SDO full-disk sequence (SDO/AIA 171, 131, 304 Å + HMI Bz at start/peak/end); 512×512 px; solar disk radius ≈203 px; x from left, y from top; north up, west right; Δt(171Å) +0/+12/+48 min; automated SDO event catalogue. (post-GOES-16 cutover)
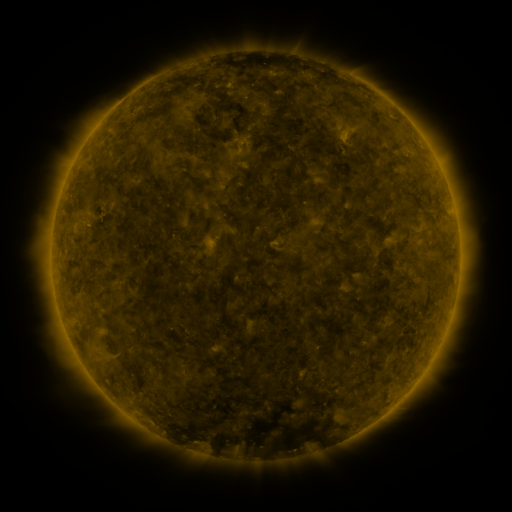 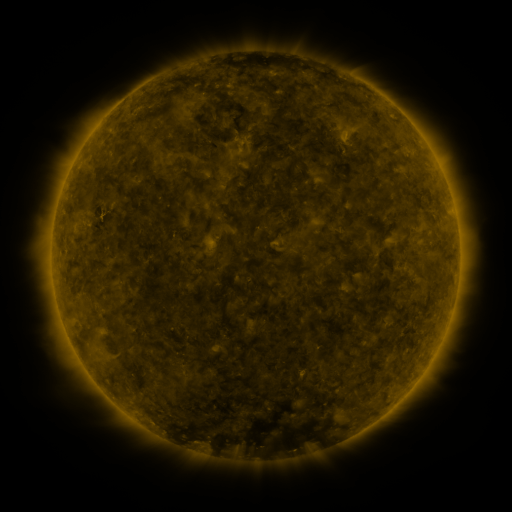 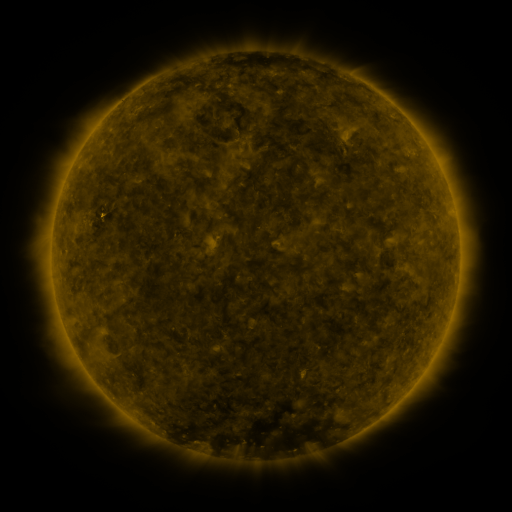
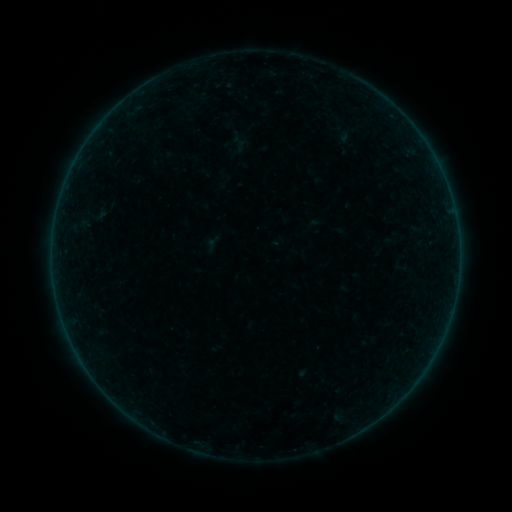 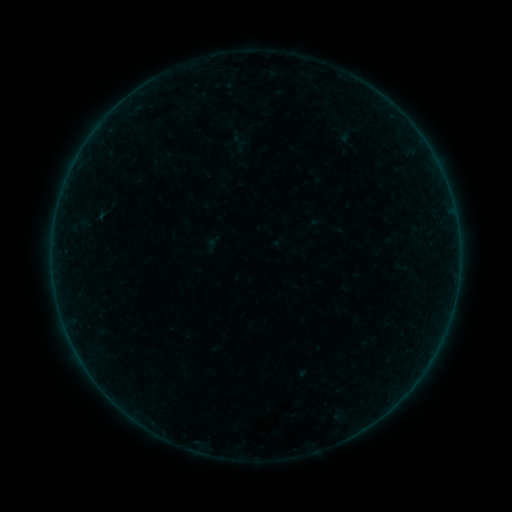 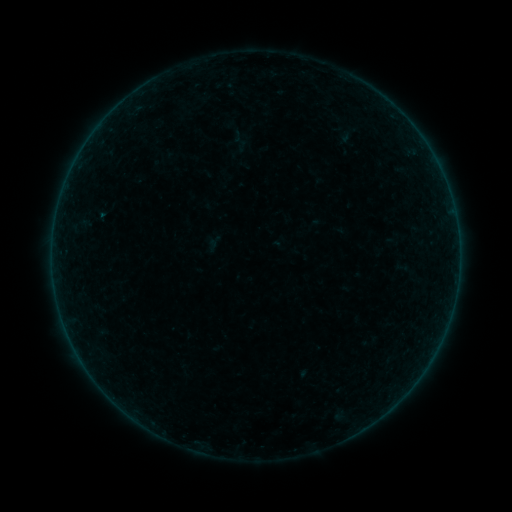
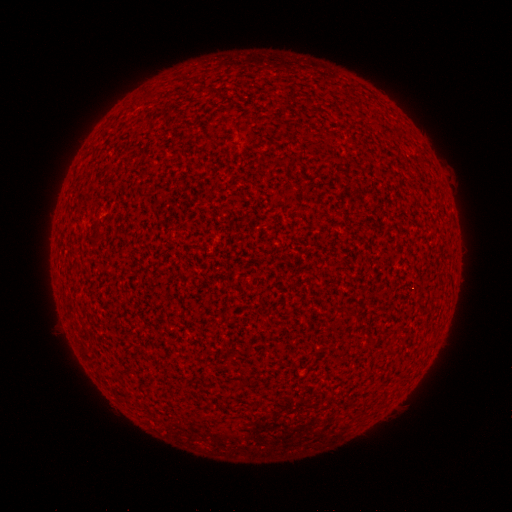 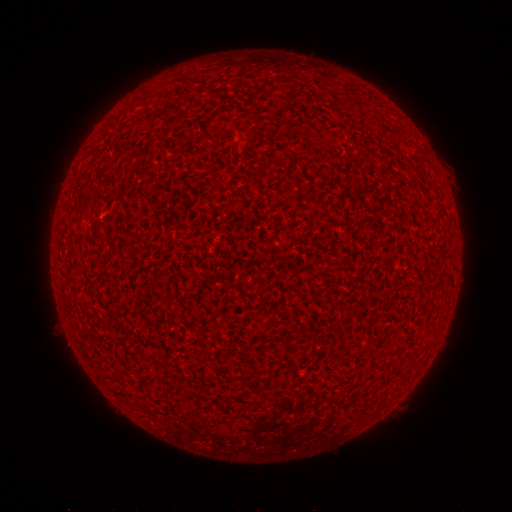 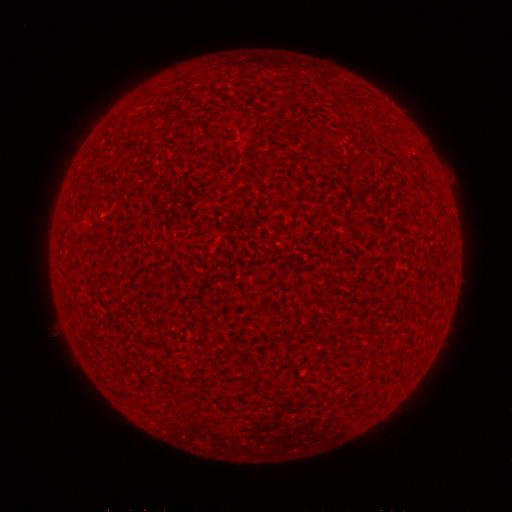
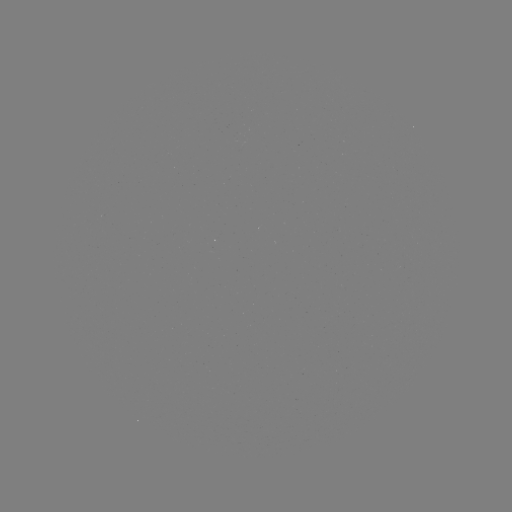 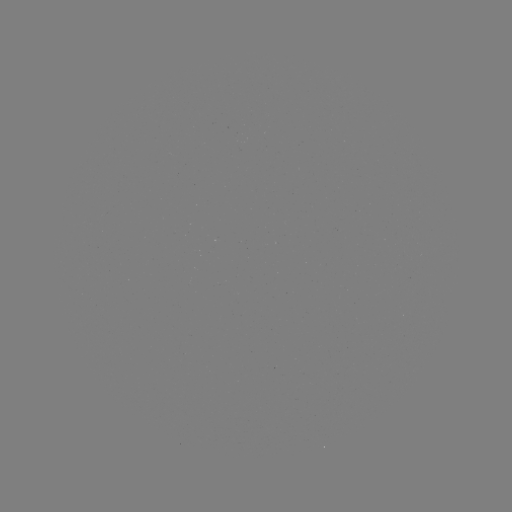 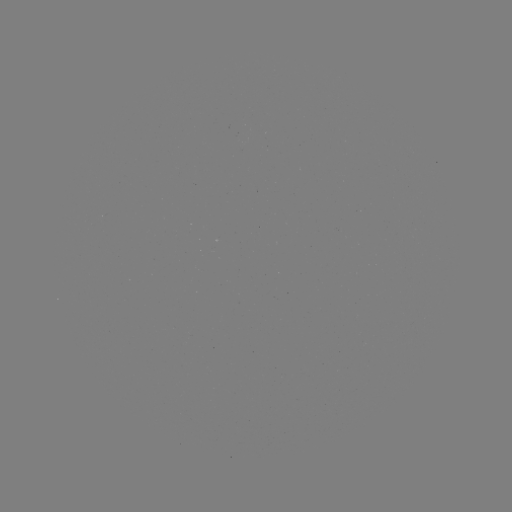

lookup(A1.6 flare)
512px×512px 103,218